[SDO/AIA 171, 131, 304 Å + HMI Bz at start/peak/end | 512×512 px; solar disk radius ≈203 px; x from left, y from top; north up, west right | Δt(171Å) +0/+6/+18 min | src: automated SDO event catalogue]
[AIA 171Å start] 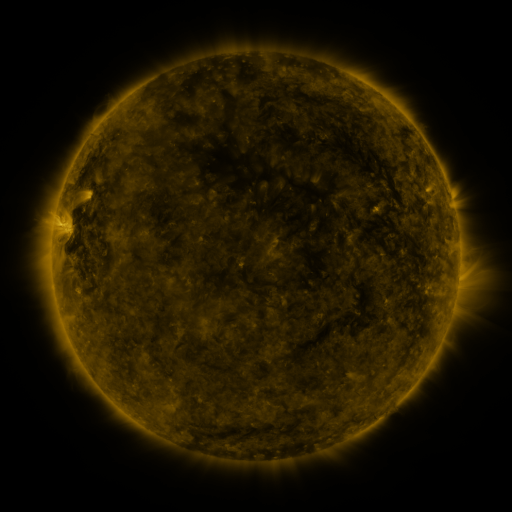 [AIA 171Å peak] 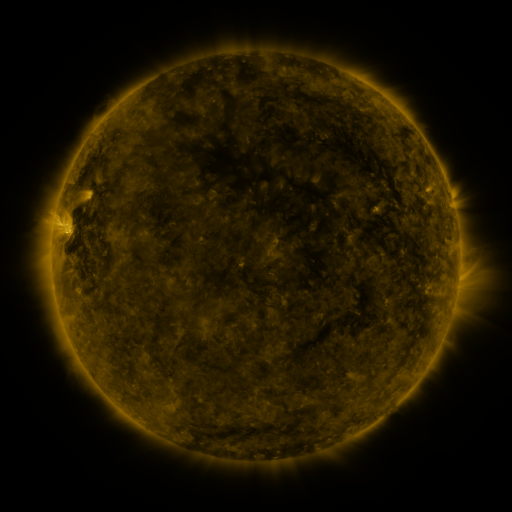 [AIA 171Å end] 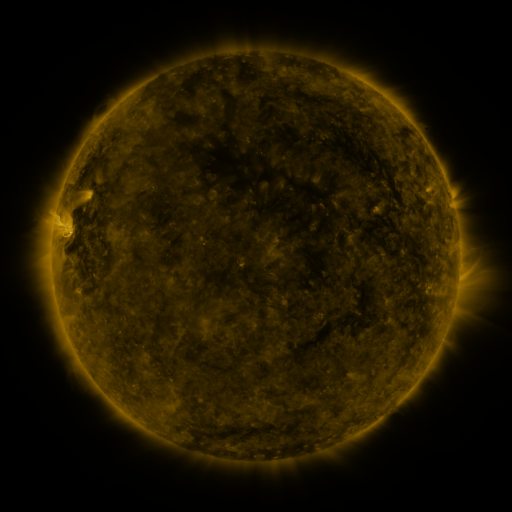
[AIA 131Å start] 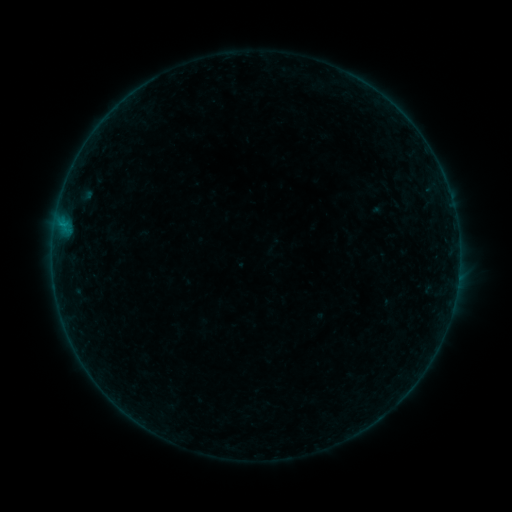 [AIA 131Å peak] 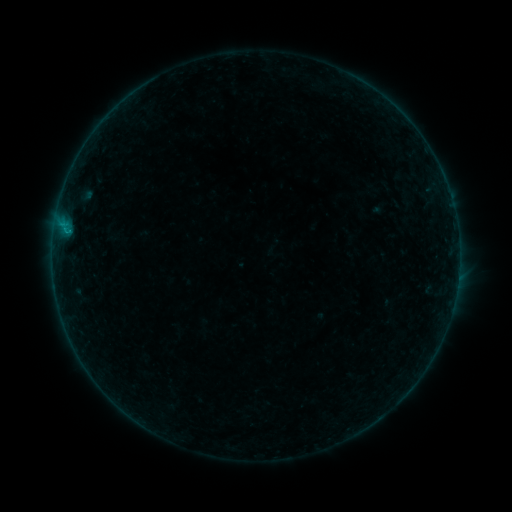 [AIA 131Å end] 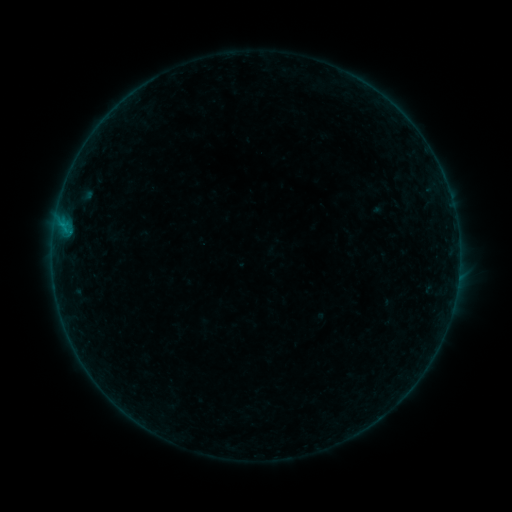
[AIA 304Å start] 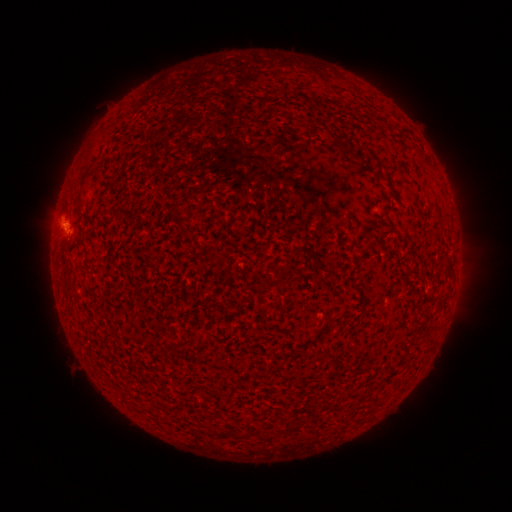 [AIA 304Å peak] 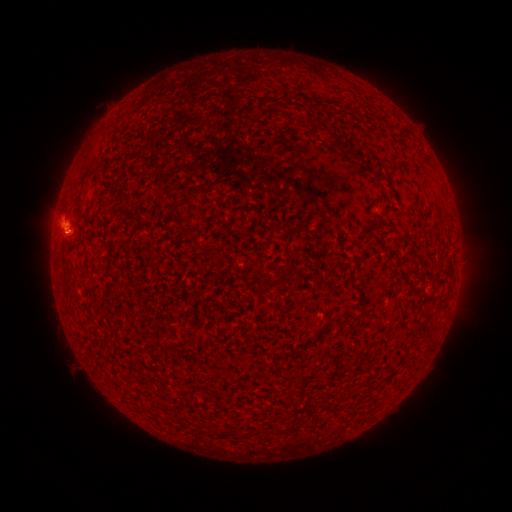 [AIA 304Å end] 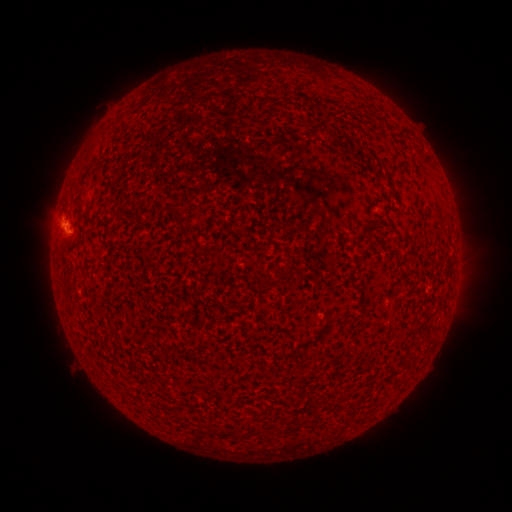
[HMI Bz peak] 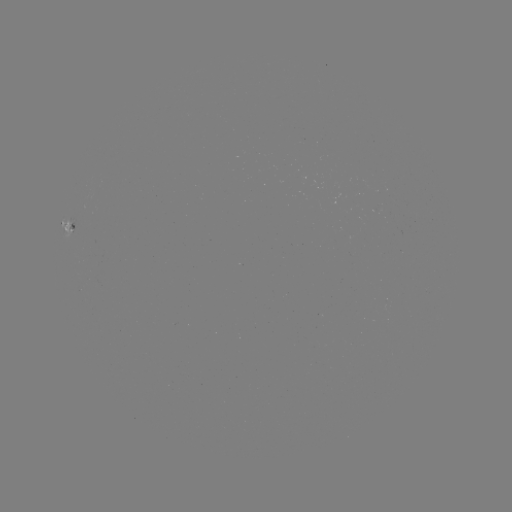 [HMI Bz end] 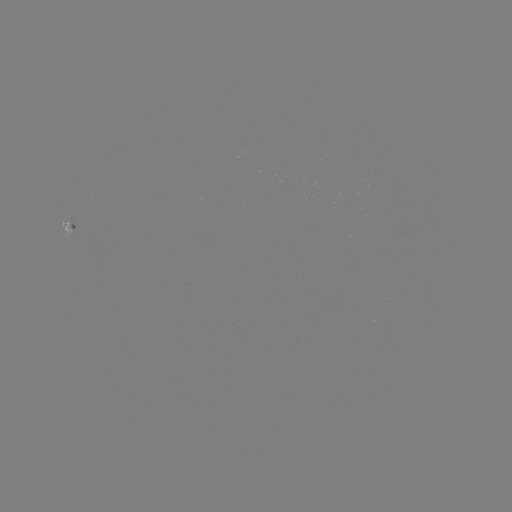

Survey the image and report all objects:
B3.2 flare: (67, 232)
